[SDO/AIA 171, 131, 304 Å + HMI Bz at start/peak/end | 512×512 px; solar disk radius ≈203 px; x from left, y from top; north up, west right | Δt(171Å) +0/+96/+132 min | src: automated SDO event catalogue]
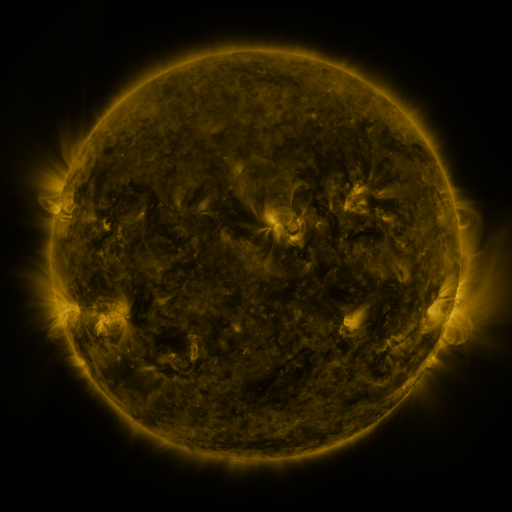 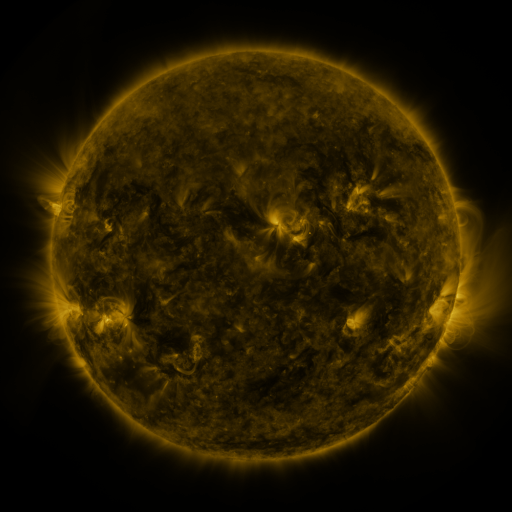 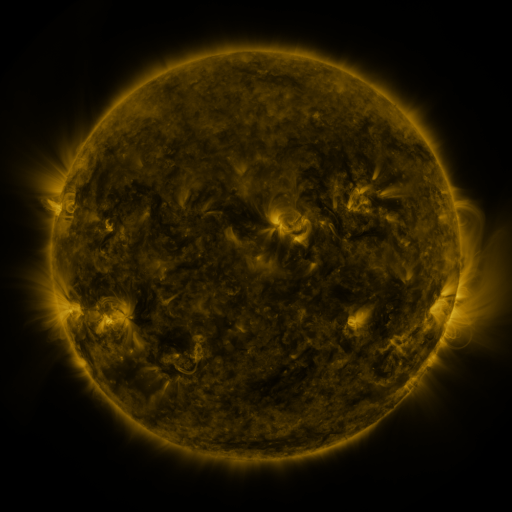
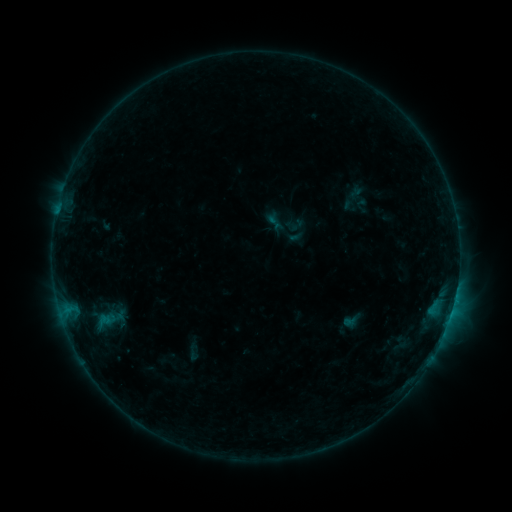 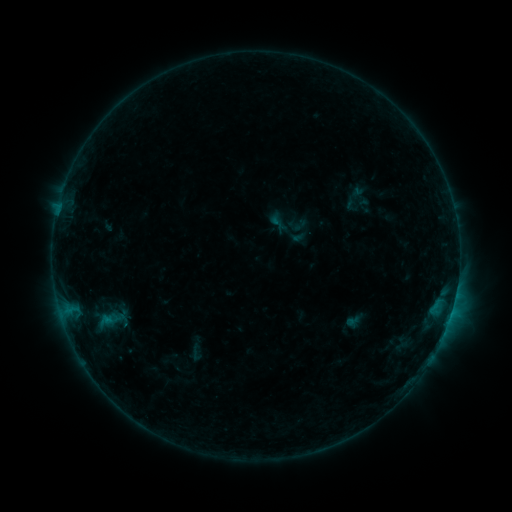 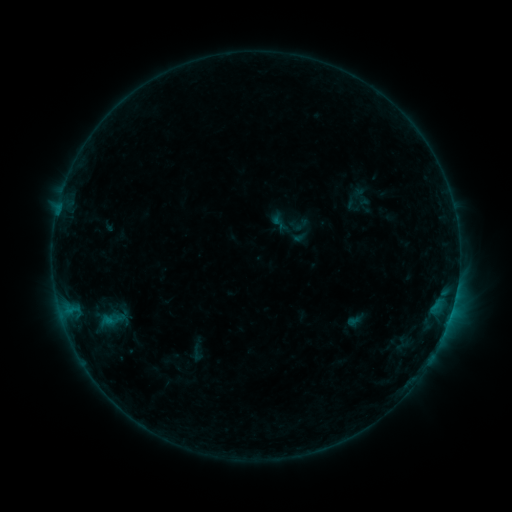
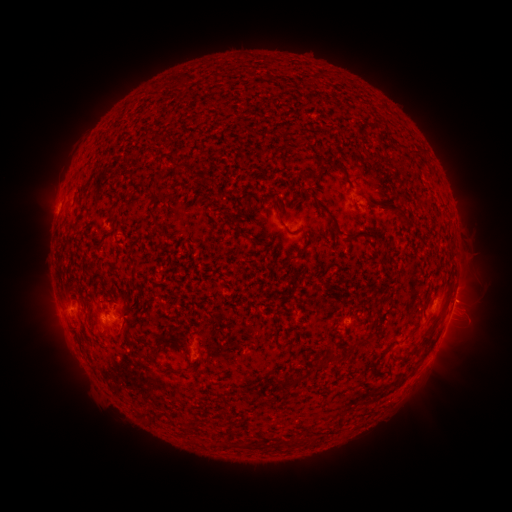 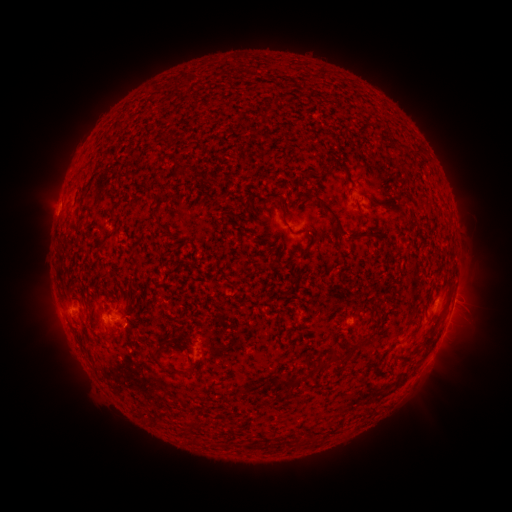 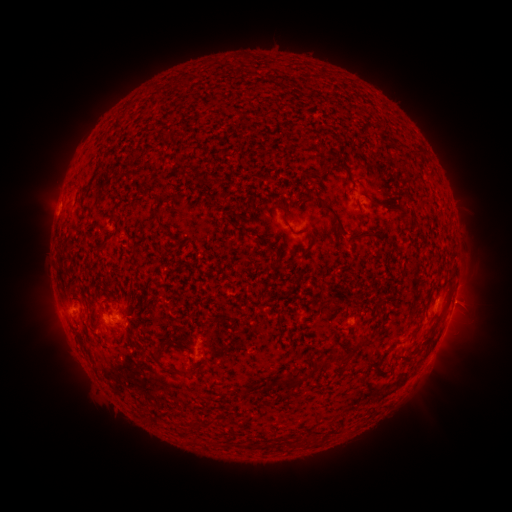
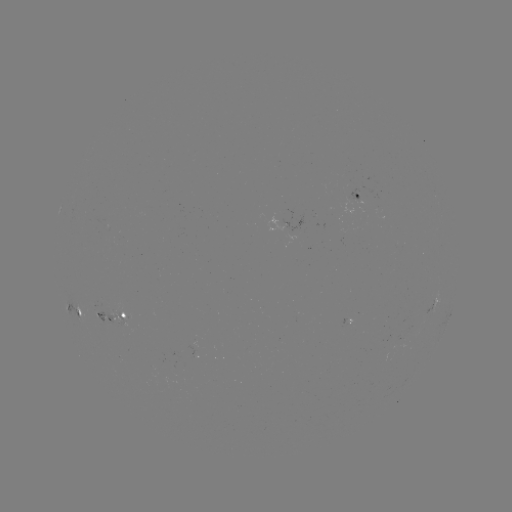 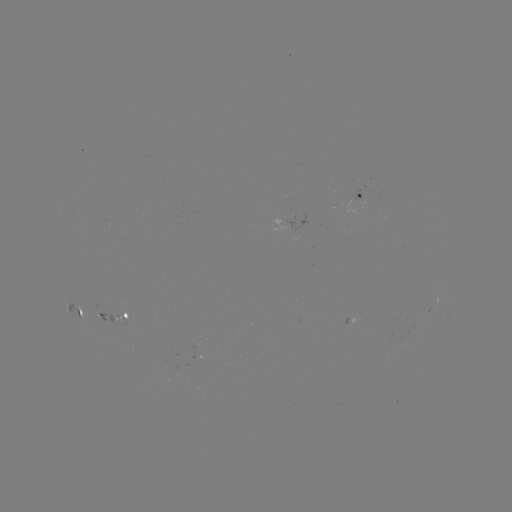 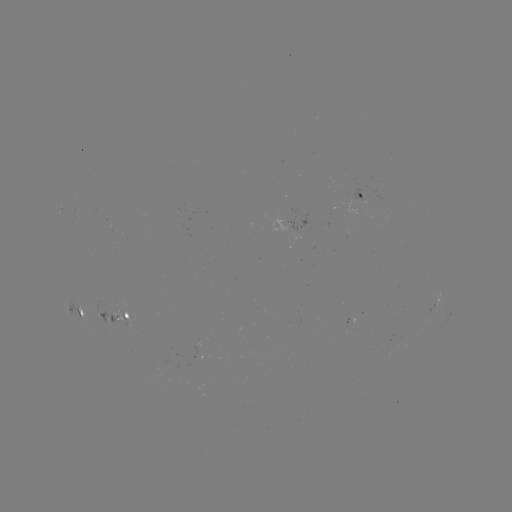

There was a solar emerging-flux region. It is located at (105, 328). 